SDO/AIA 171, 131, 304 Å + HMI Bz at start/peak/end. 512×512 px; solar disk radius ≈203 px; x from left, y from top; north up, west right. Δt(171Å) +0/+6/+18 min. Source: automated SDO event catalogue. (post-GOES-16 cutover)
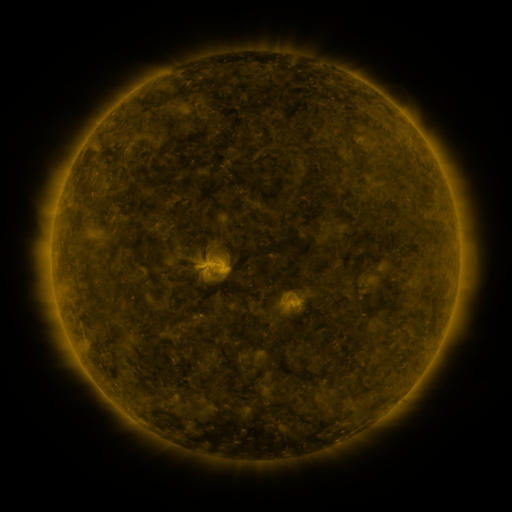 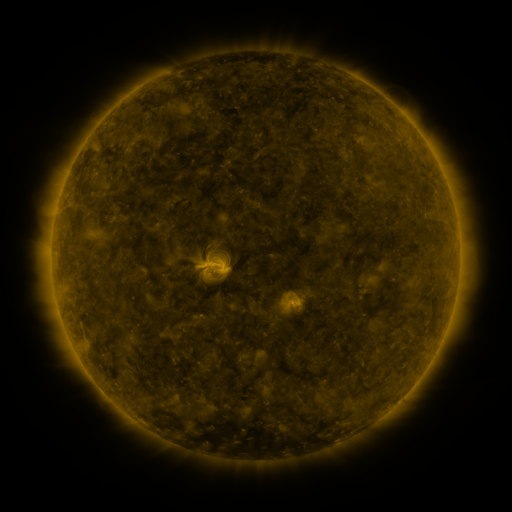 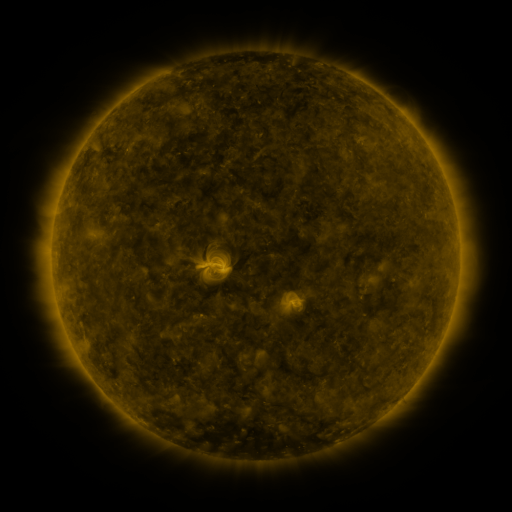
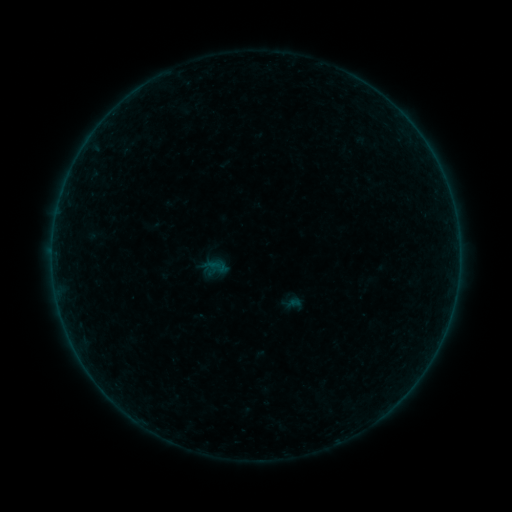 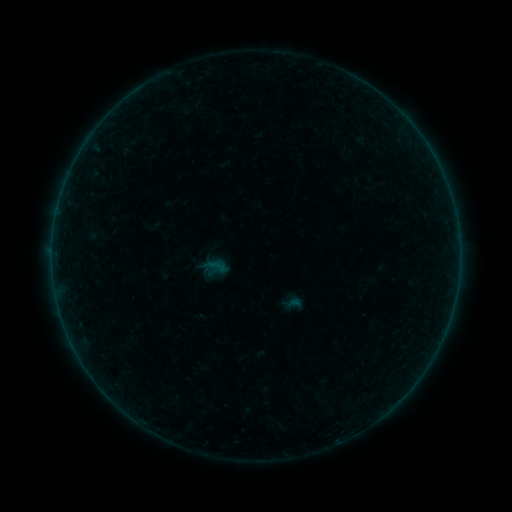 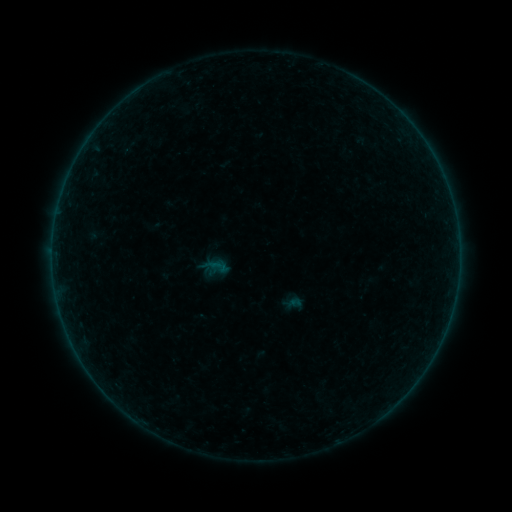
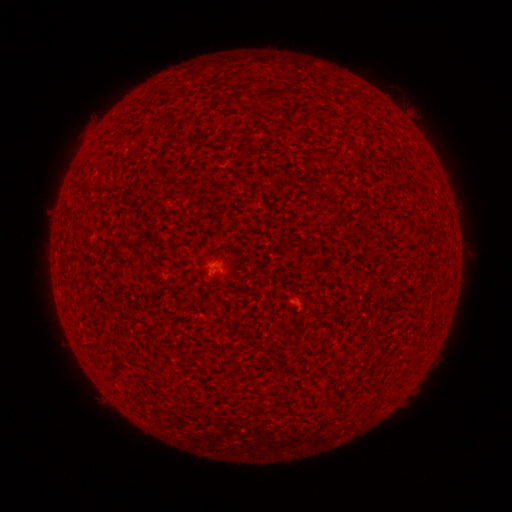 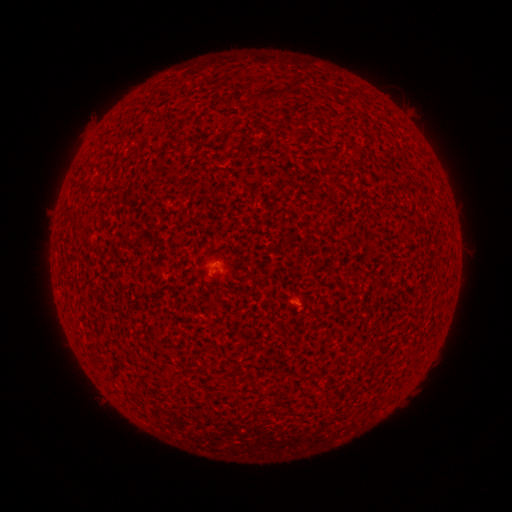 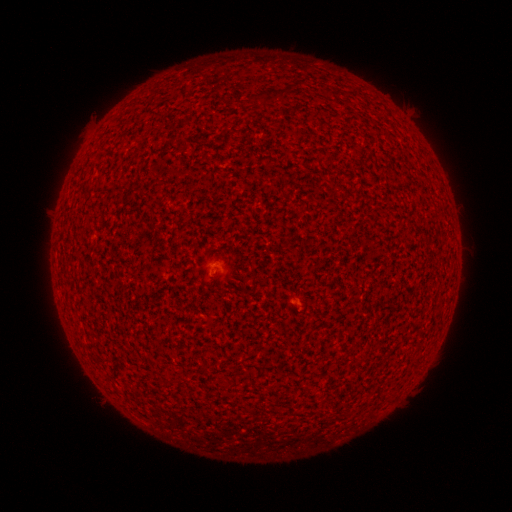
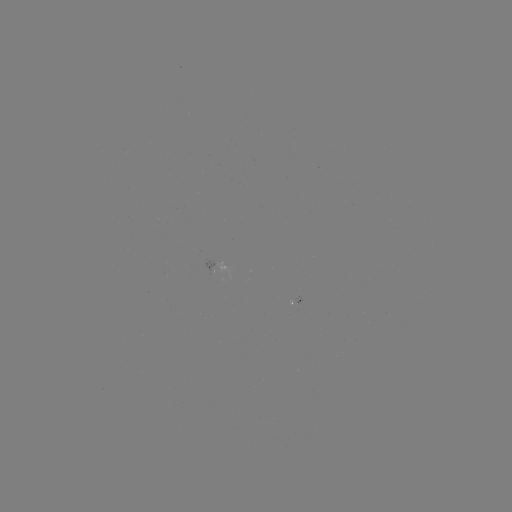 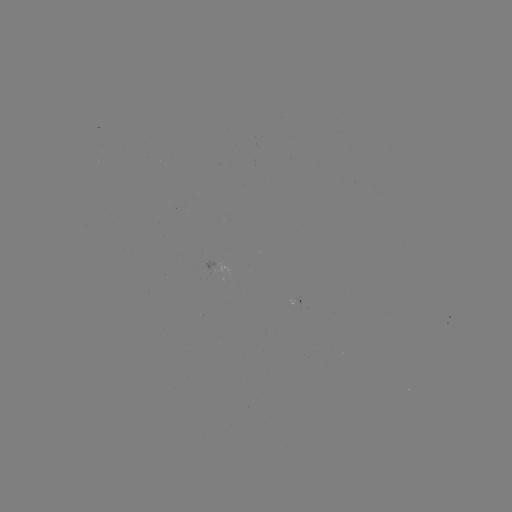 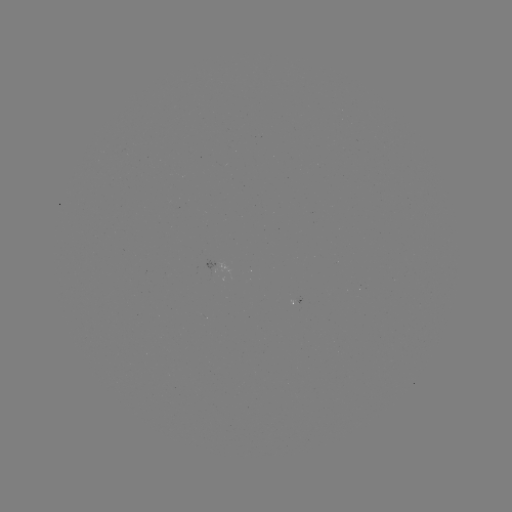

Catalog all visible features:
A1.7 flare: (217, 261)
